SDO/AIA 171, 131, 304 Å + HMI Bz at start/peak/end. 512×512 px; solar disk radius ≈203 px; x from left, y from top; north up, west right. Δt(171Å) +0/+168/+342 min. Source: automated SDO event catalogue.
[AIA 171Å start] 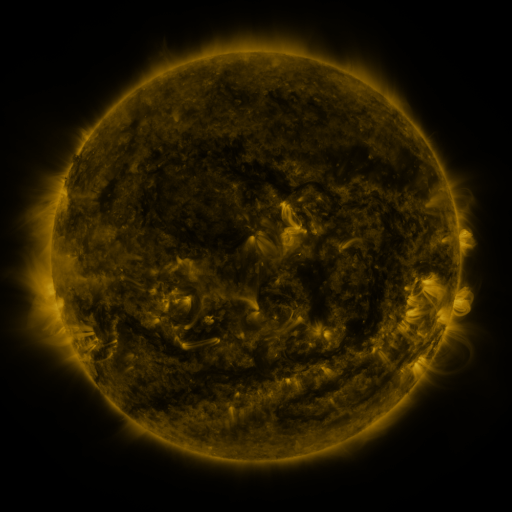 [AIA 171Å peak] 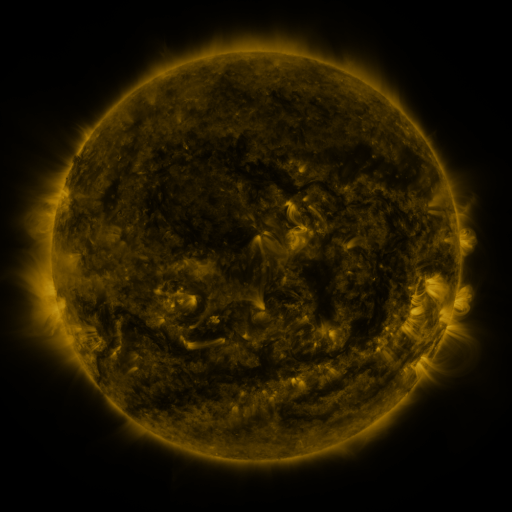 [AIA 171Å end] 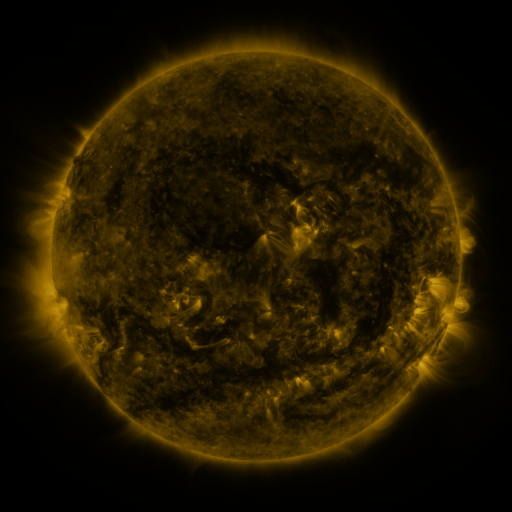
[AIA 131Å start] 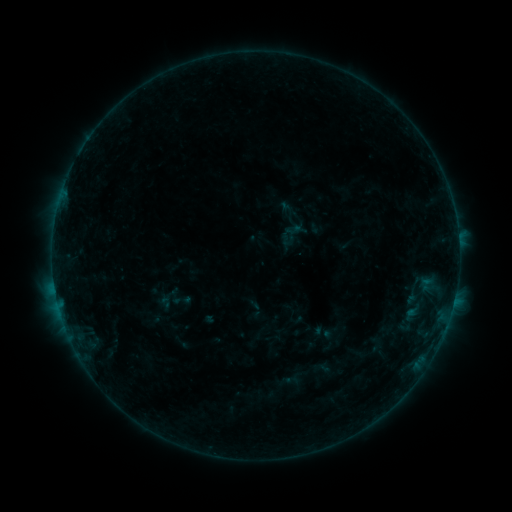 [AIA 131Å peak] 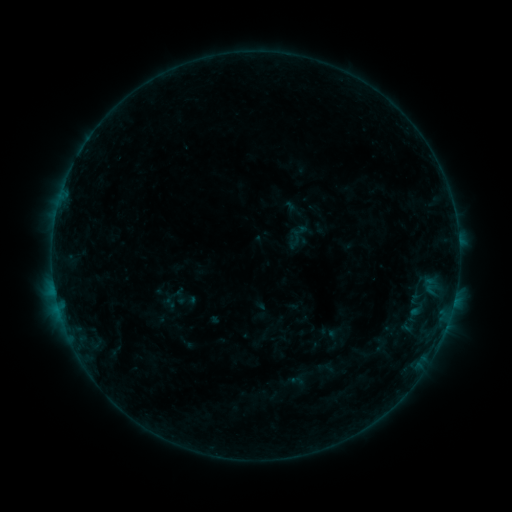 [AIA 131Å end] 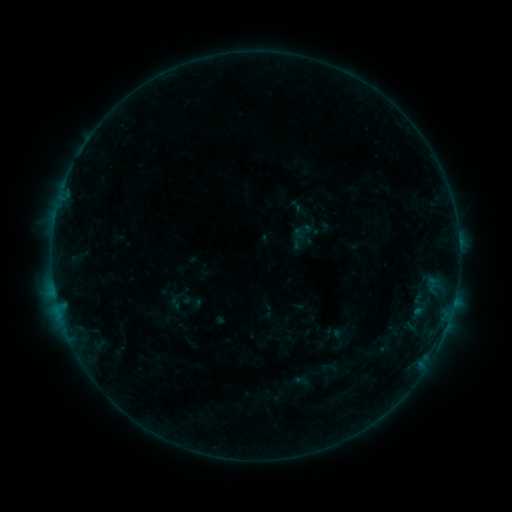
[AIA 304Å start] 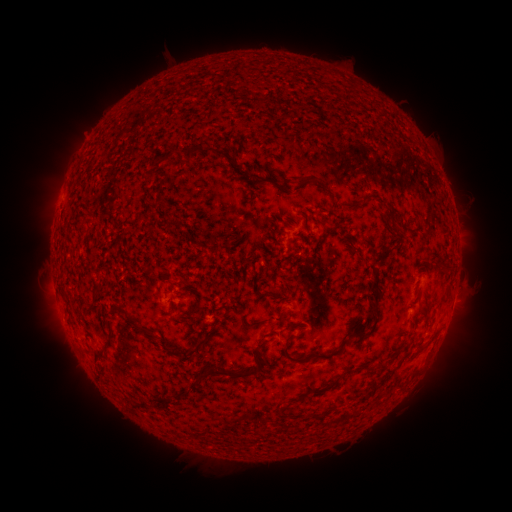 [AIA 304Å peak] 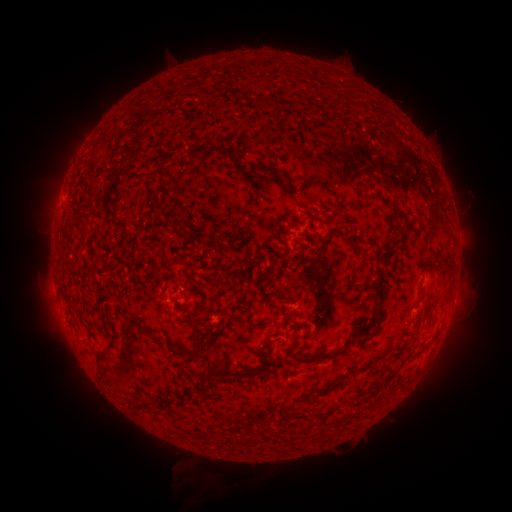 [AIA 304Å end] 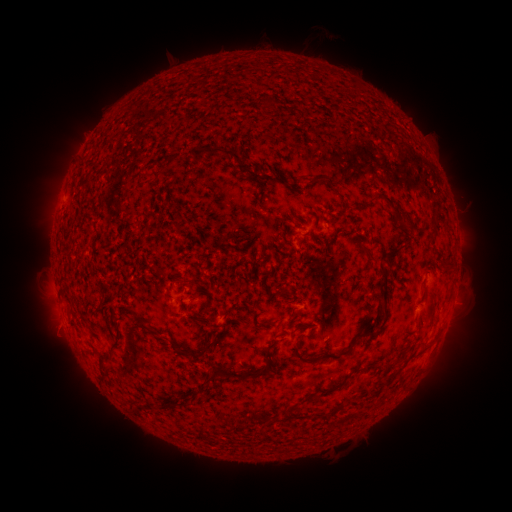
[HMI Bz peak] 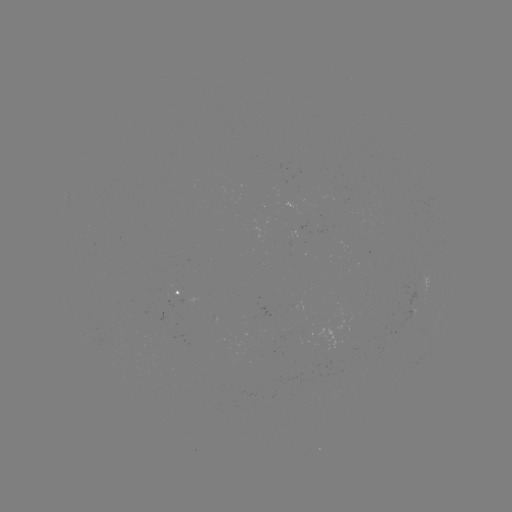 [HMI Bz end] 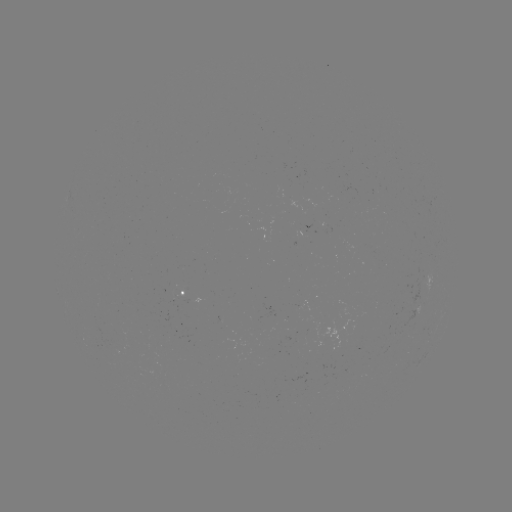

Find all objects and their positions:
filament eruption: (229, 461)
